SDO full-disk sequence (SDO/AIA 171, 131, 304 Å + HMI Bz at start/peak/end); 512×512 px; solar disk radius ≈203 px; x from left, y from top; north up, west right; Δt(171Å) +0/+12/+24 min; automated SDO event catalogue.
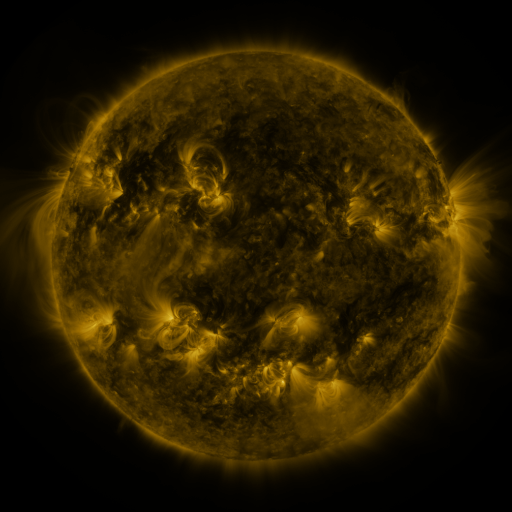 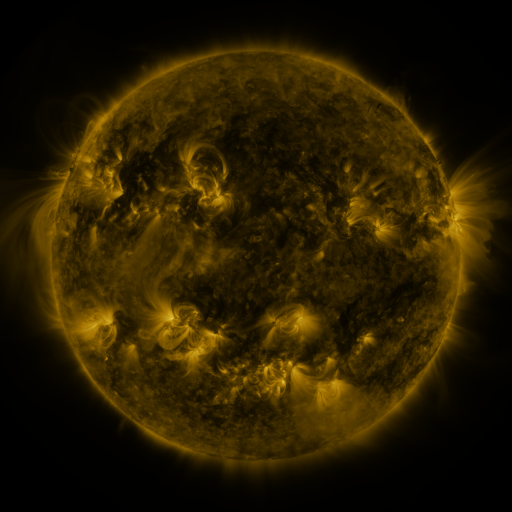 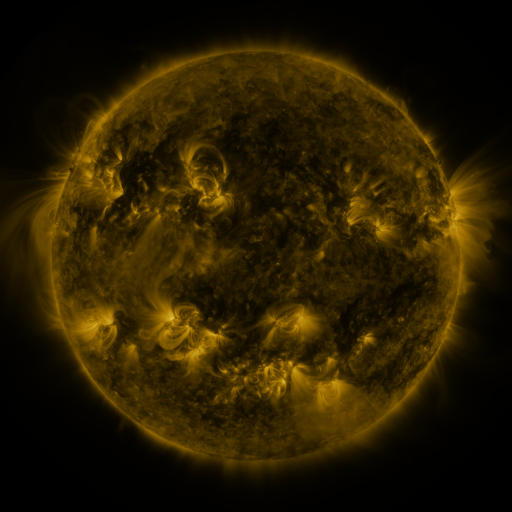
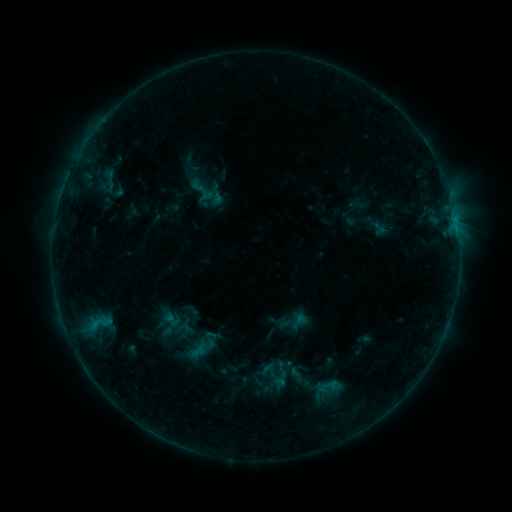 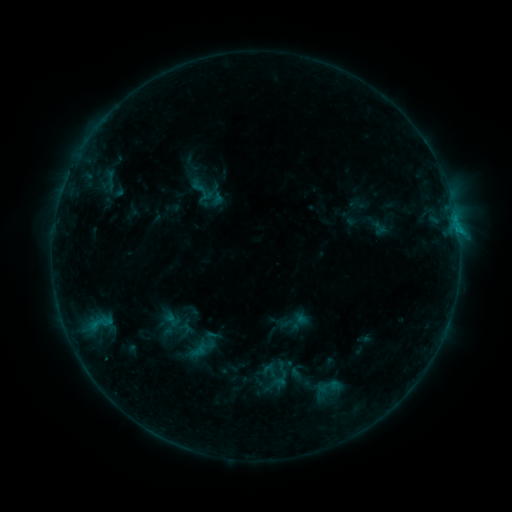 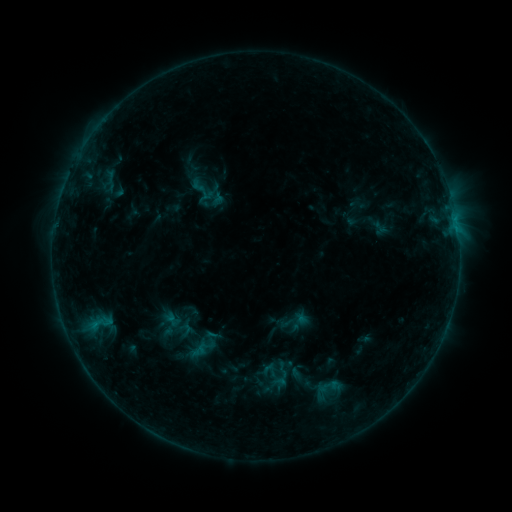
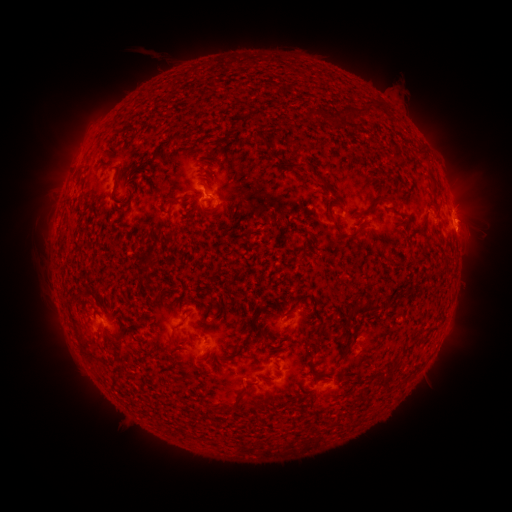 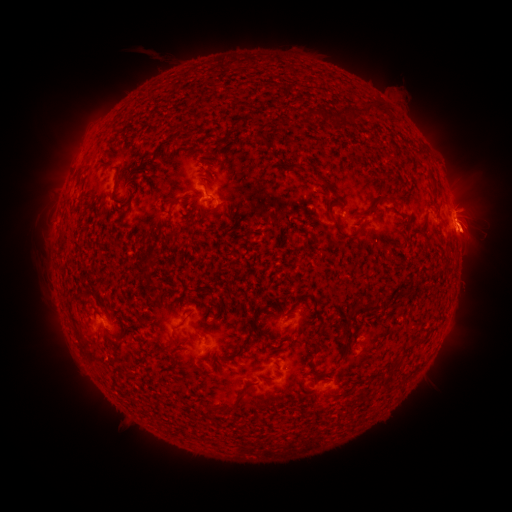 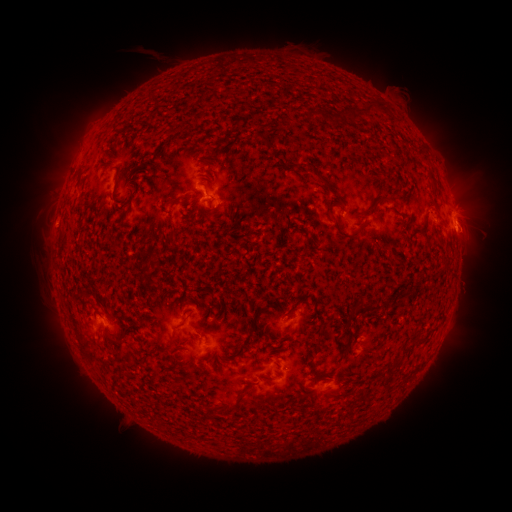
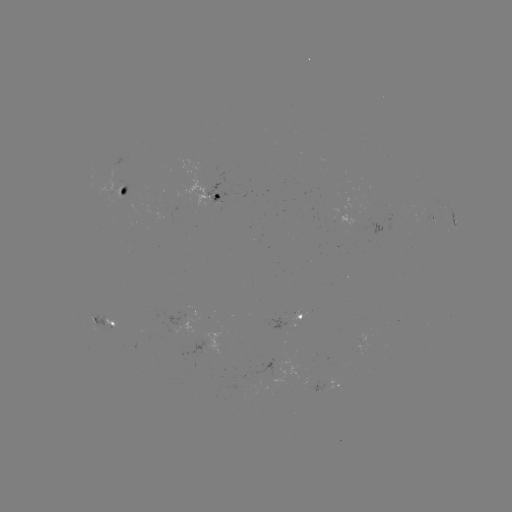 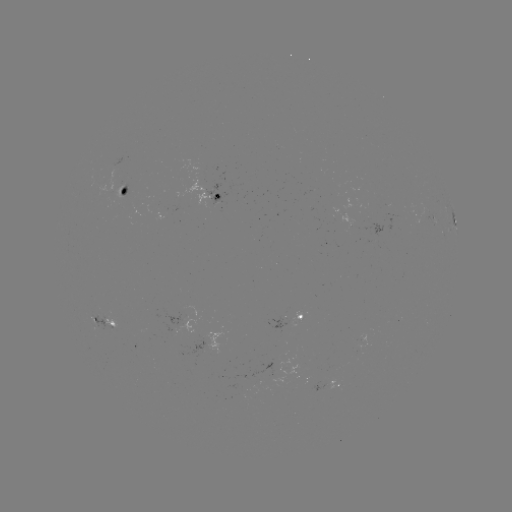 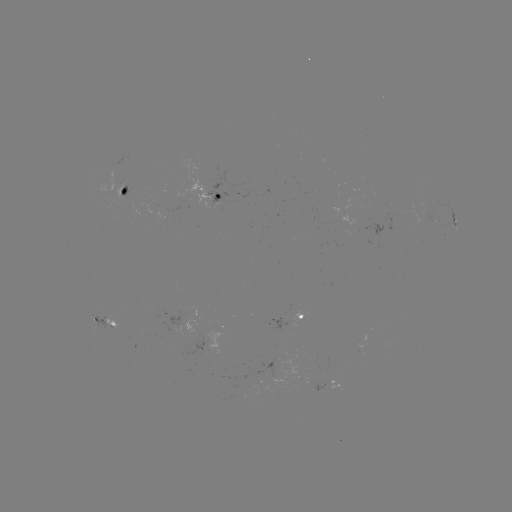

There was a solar eruption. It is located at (472, 232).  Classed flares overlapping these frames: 1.